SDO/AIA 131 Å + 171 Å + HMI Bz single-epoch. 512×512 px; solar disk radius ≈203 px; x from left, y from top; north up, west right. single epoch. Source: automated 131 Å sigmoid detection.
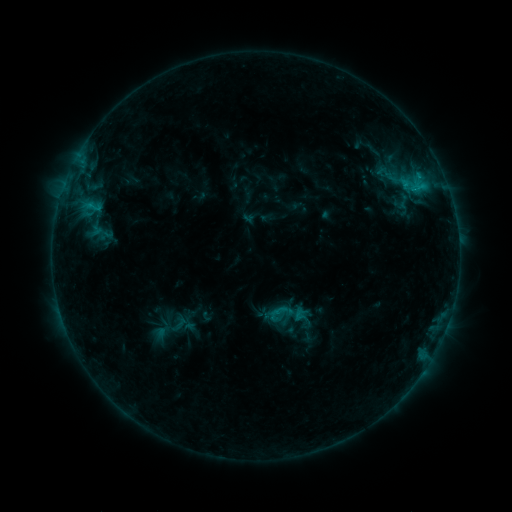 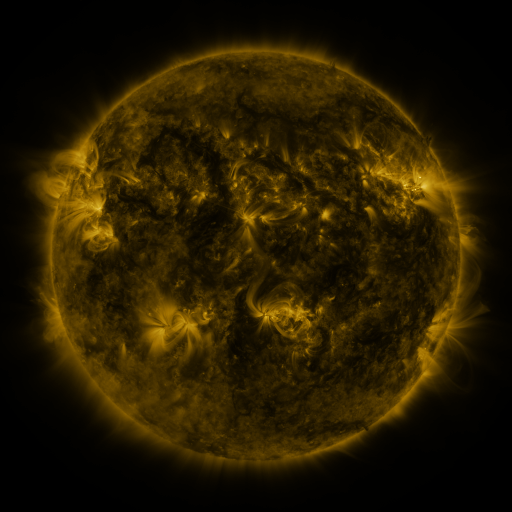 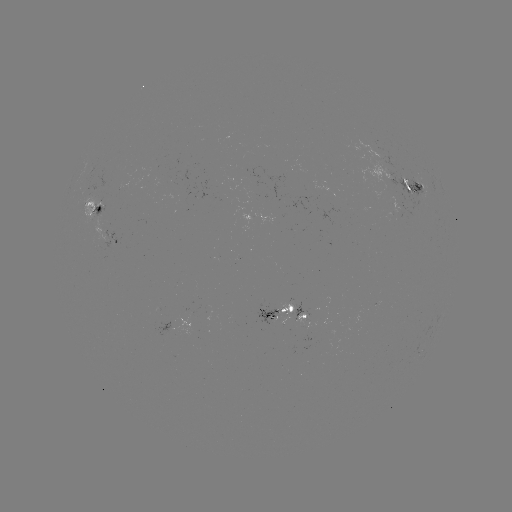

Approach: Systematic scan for sigmoid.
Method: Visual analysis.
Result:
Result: sigmoid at (404, 201).